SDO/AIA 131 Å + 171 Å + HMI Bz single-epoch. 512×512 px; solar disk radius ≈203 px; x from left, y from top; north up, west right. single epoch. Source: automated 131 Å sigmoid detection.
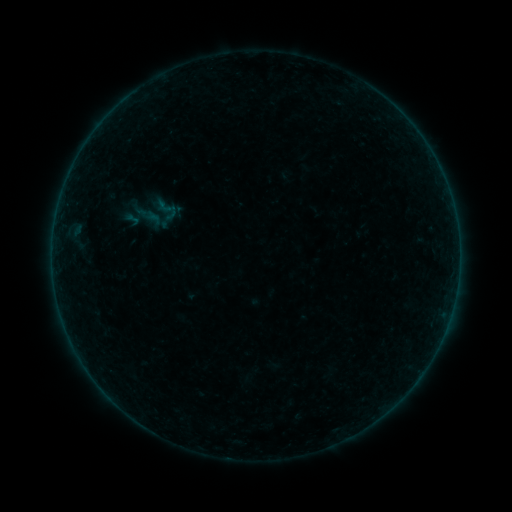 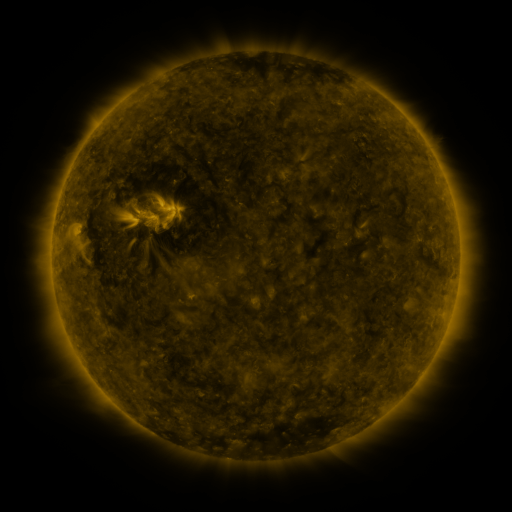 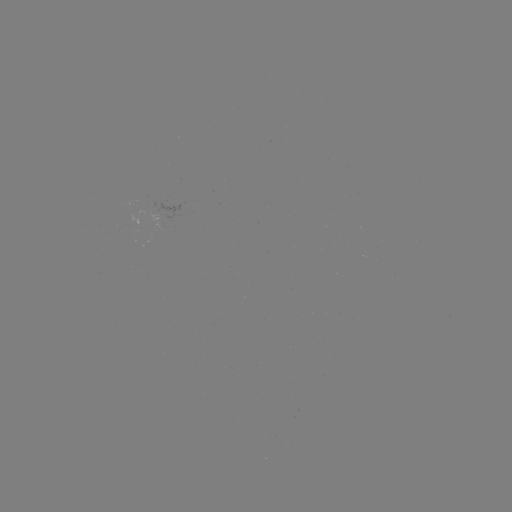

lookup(sigmoid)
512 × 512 168,210